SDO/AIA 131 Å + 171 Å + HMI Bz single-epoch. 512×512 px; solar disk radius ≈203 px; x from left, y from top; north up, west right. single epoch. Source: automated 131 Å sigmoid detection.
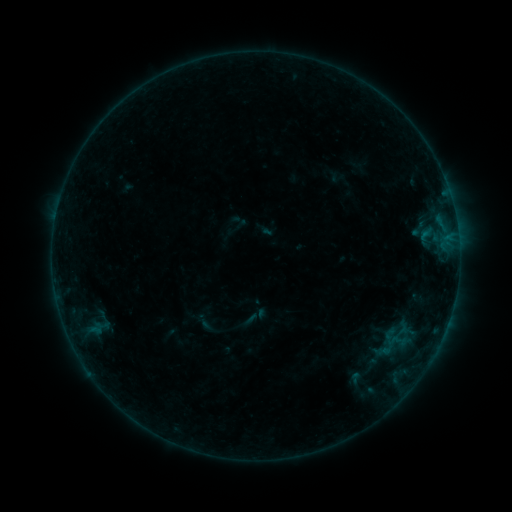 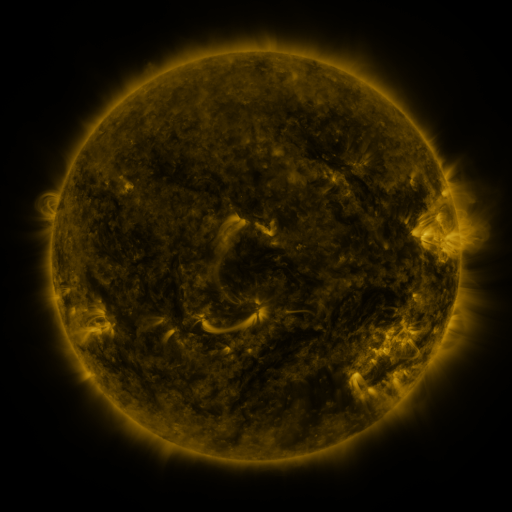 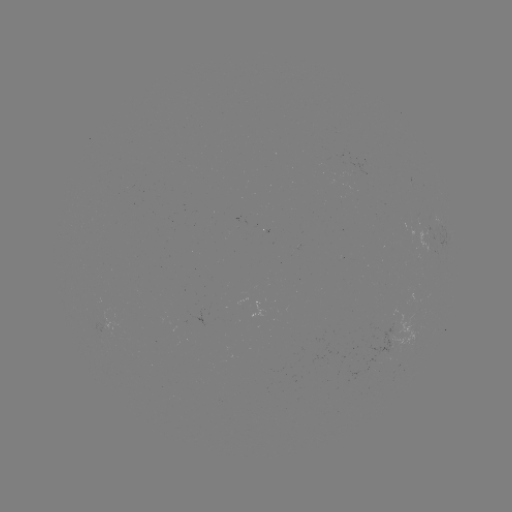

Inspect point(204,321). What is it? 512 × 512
sigmoid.